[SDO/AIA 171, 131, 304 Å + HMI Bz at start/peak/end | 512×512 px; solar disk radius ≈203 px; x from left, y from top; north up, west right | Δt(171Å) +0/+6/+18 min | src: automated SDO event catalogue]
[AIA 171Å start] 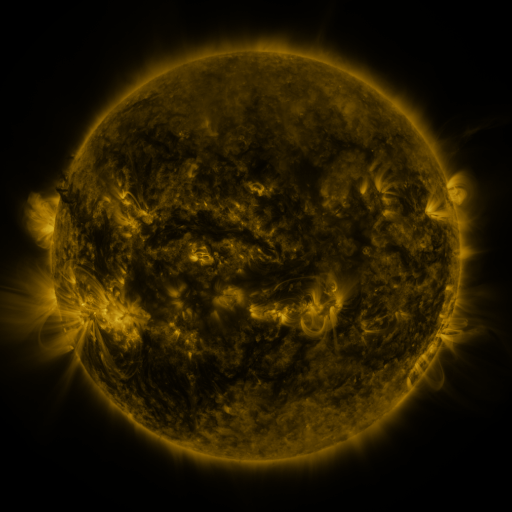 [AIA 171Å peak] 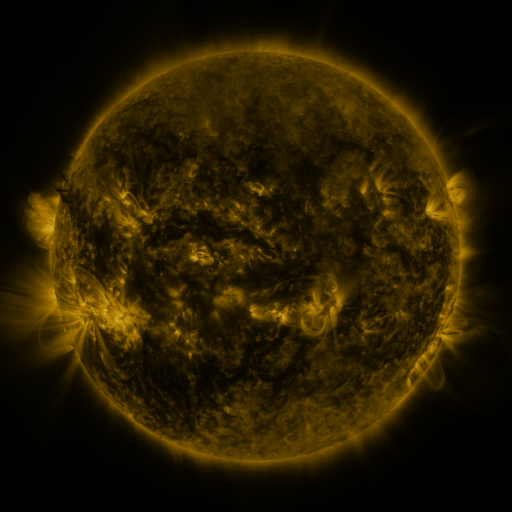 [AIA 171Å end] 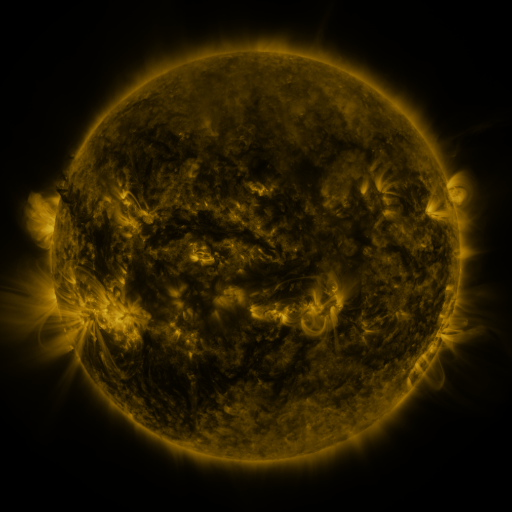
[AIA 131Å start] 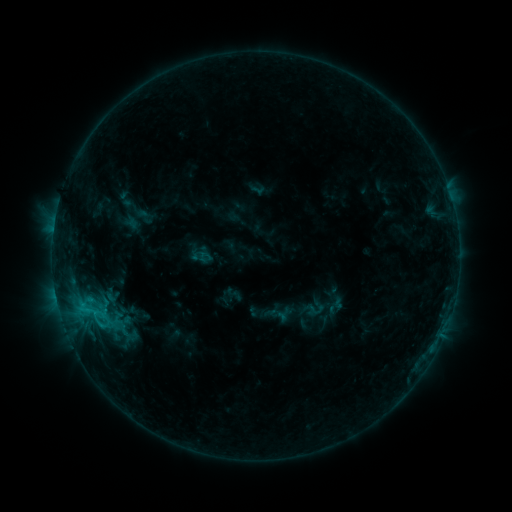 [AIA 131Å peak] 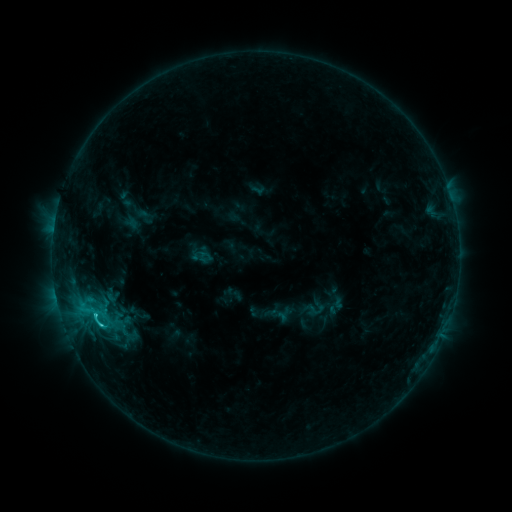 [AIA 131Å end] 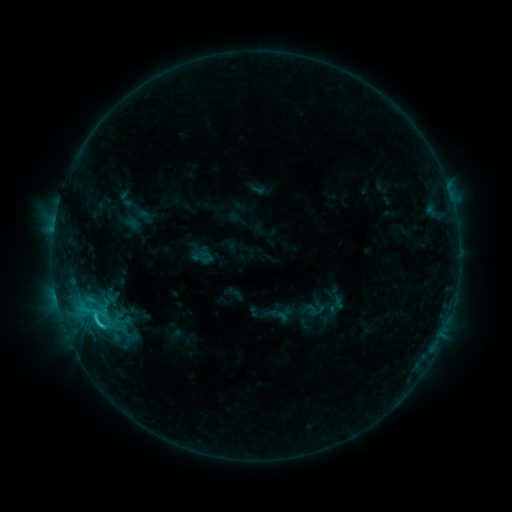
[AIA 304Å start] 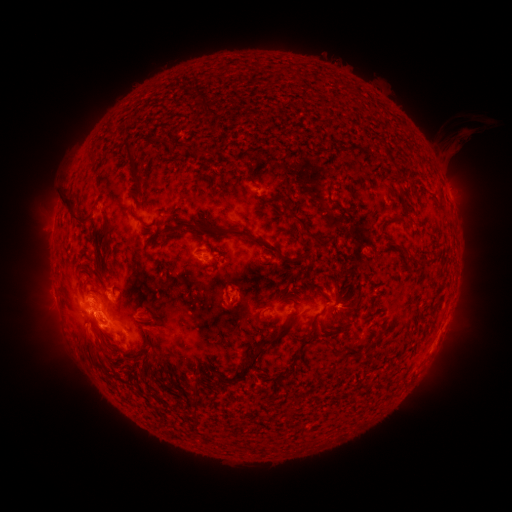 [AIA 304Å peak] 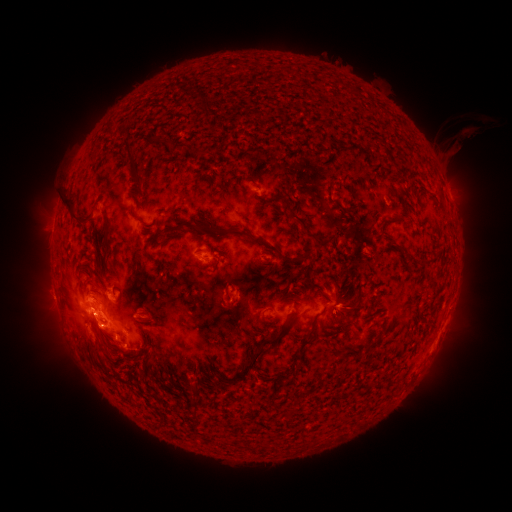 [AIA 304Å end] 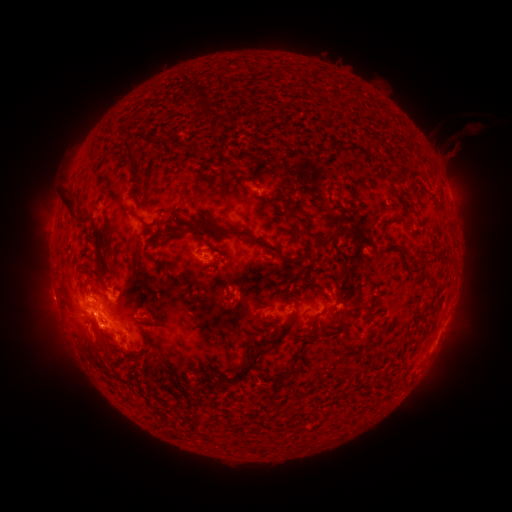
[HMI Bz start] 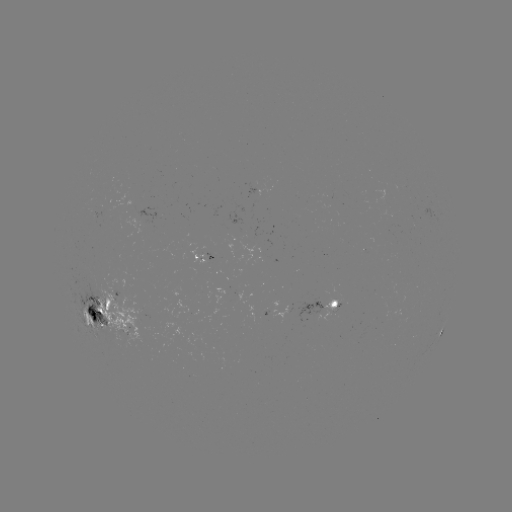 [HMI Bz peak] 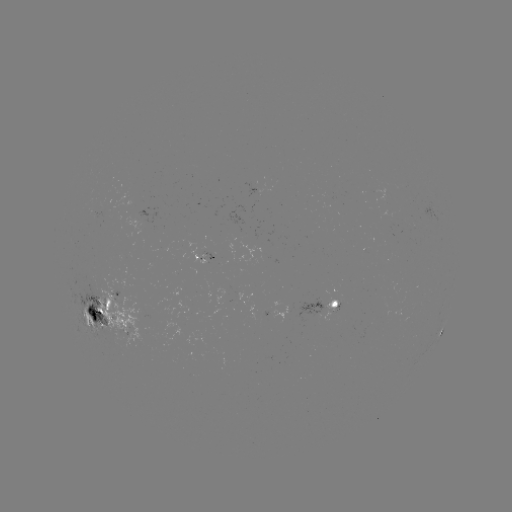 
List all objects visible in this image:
C3.9 flare: (101, 323)
